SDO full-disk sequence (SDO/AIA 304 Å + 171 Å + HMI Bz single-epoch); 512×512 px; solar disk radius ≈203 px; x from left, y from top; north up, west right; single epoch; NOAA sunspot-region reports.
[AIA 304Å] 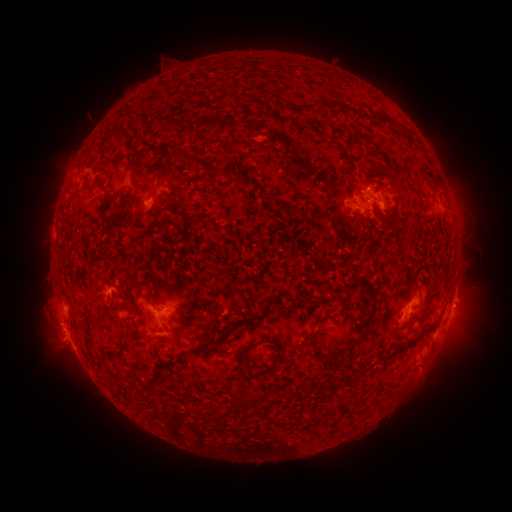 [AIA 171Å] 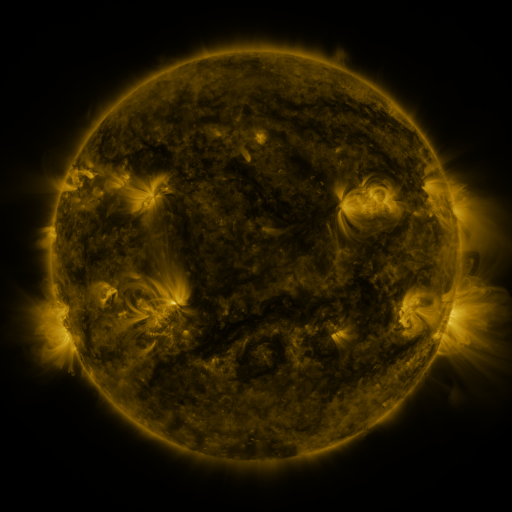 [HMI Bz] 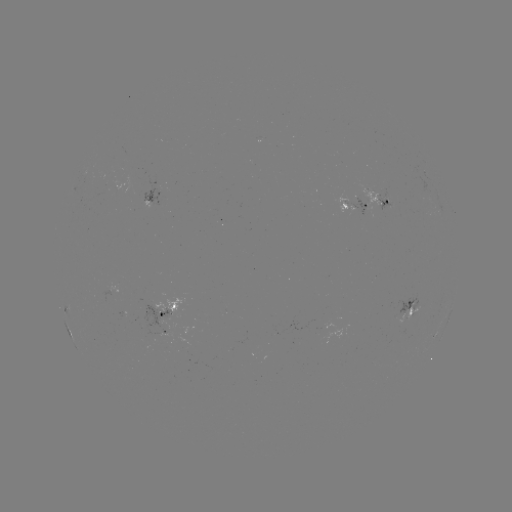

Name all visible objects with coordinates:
spotted active region: (149, 204)
spotted active region: (379, 205)
spotted active region: (356, 210)
spotted active region: (411, 306)
spotted active region: (448, 321)
spotted active region: (168, 325)
